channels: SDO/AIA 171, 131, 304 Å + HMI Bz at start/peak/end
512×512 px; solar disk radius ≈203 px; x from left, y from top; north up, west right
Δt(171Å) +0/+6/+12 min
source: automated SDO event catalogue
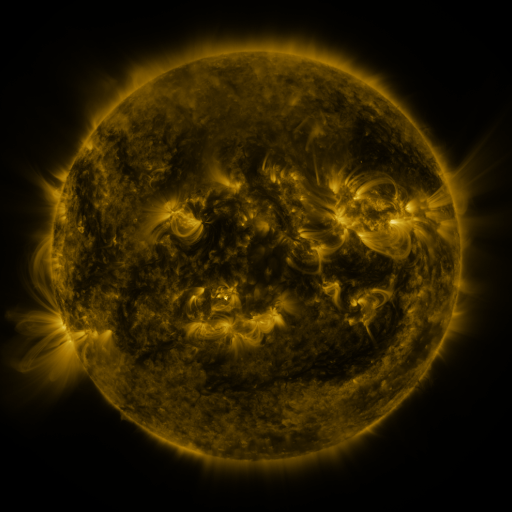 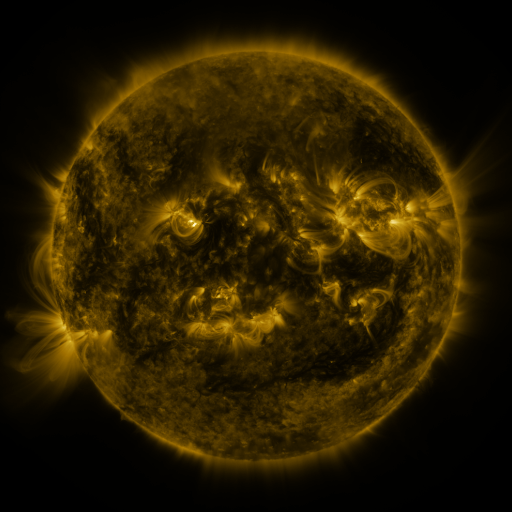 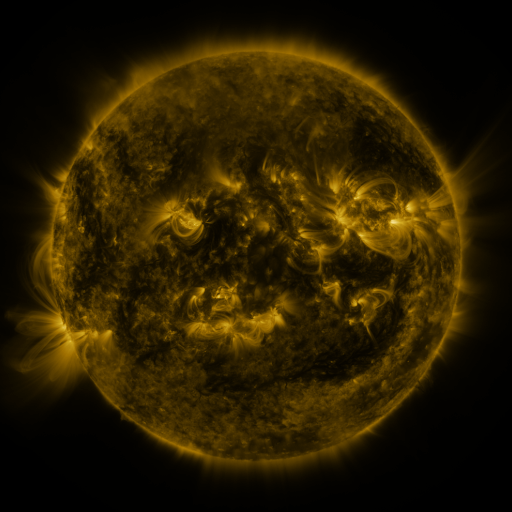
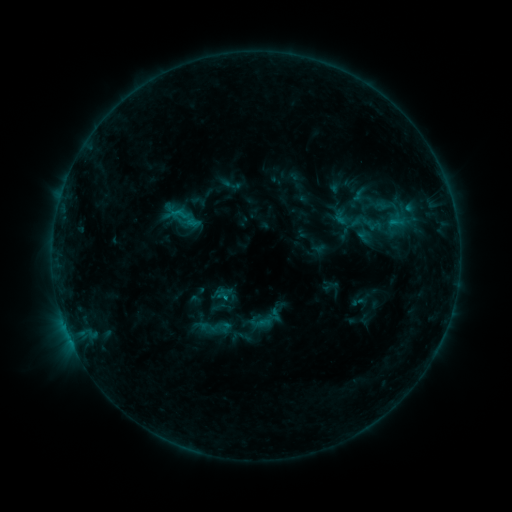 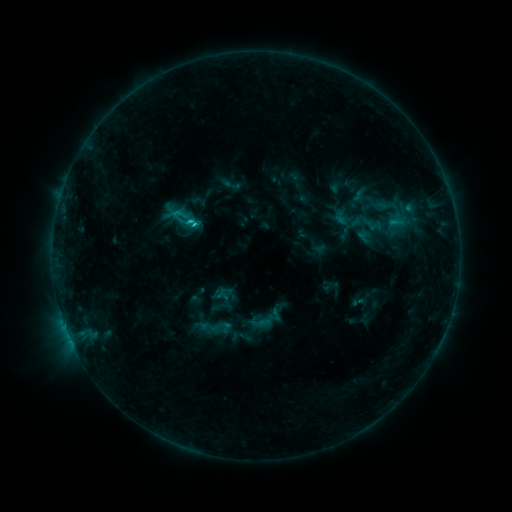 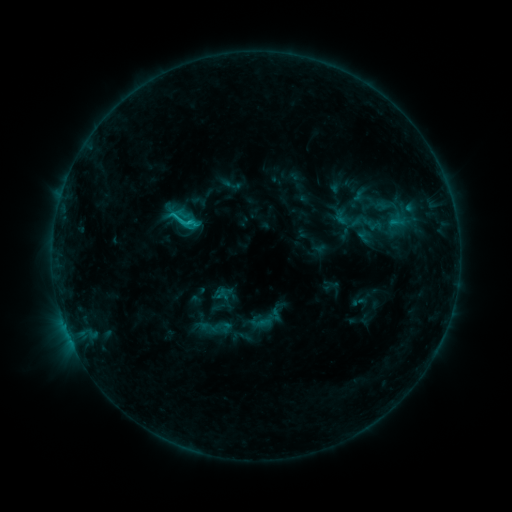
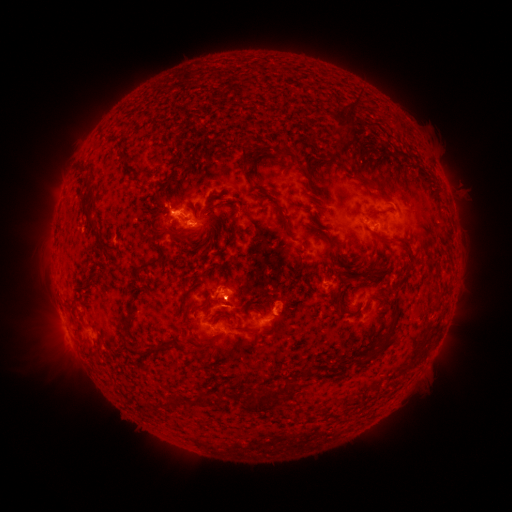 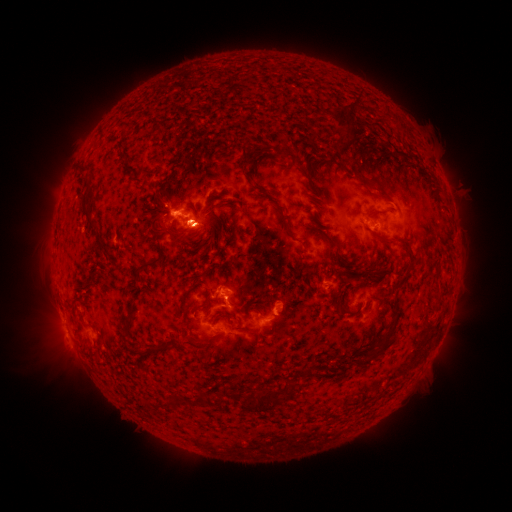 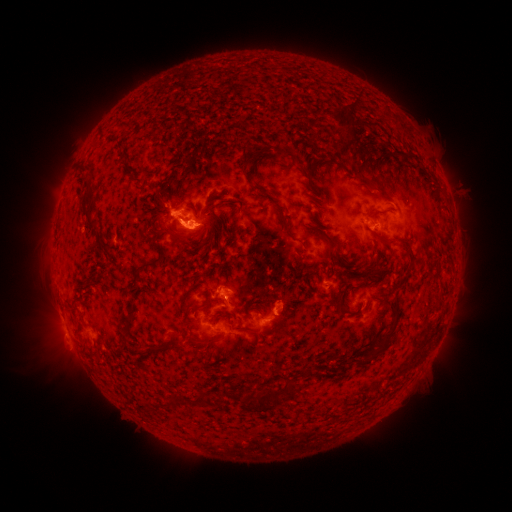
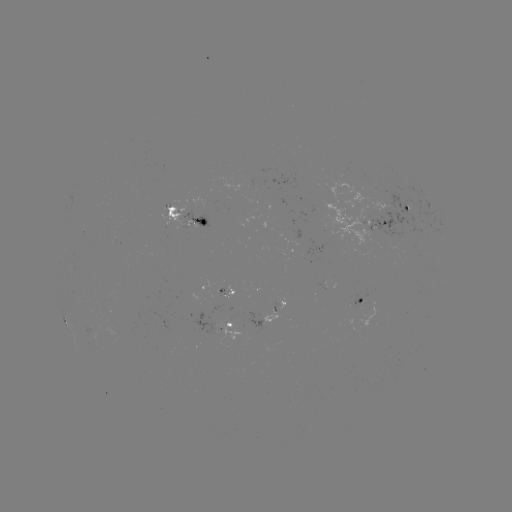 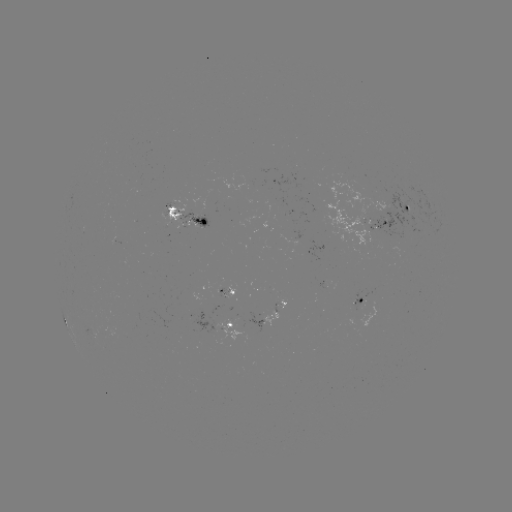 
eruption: [161, 216, 220, 268]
